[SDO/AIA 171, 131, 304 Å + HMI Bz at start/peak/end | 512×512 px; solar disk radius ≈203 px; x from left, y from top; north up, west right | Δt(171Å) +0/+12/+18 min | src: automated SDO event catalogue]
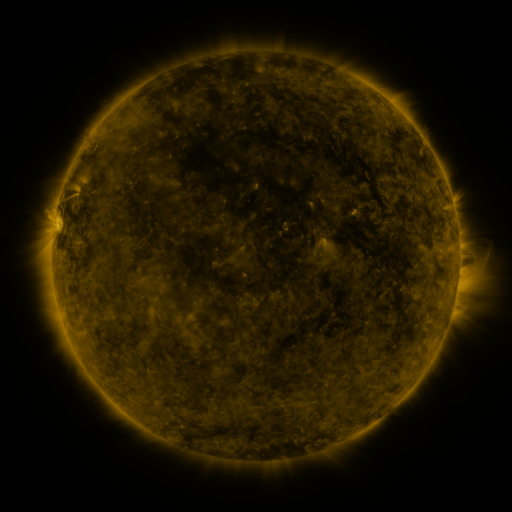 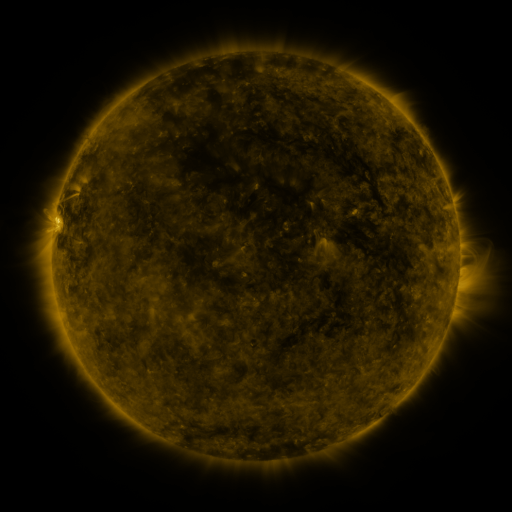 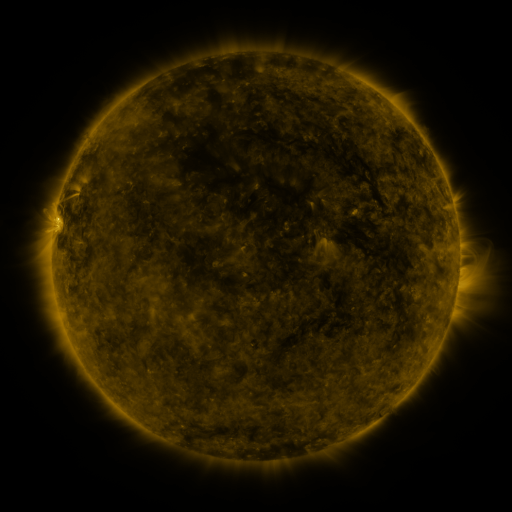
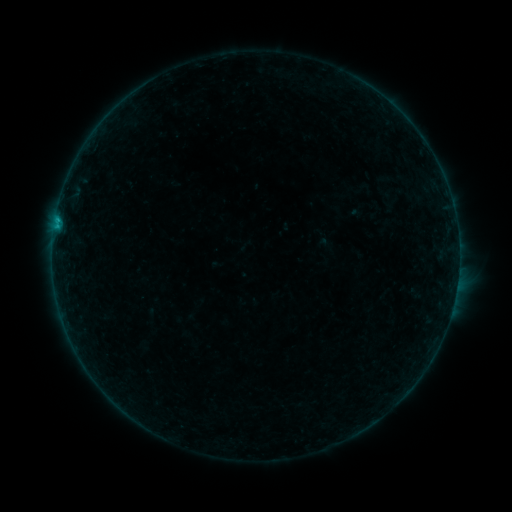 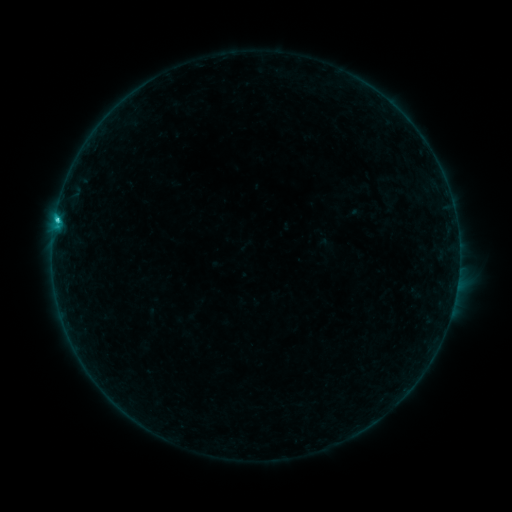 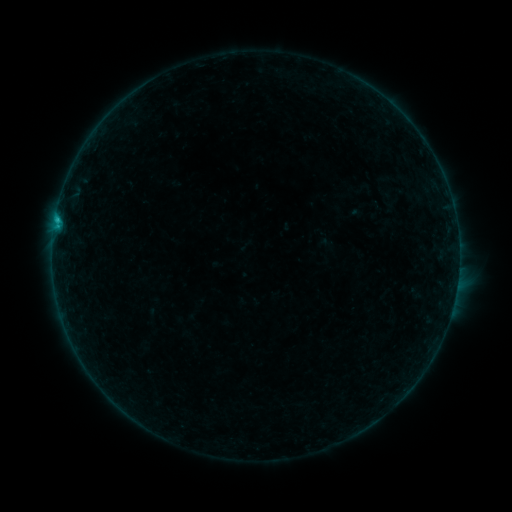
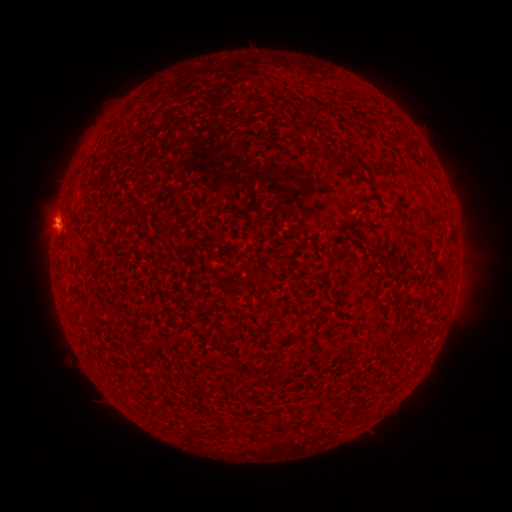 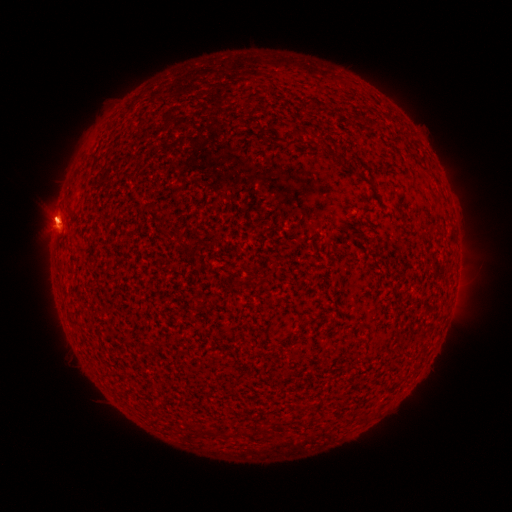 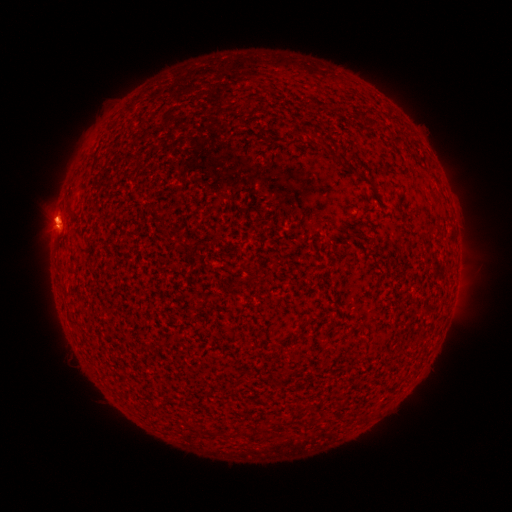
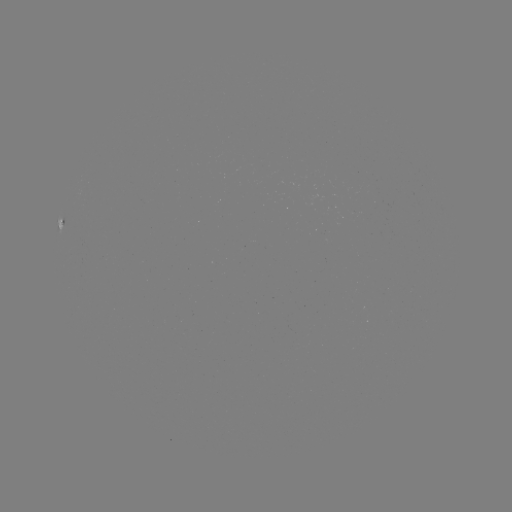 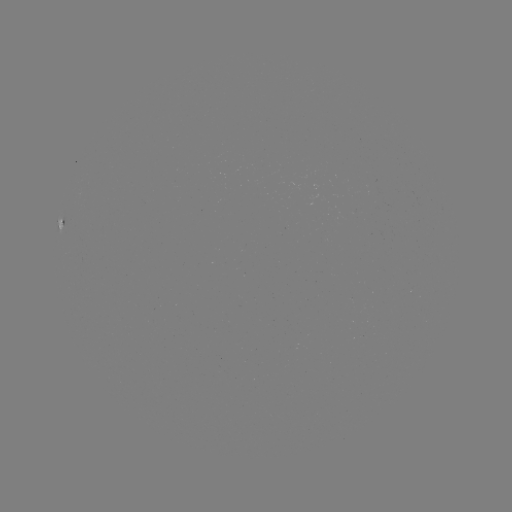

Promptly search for C1.2 flare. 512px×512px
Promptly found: (57, 223).